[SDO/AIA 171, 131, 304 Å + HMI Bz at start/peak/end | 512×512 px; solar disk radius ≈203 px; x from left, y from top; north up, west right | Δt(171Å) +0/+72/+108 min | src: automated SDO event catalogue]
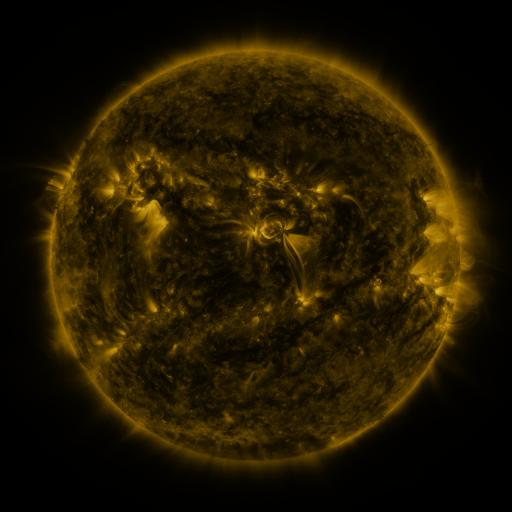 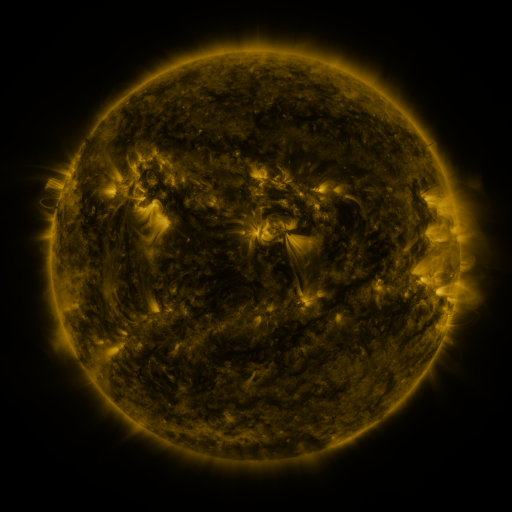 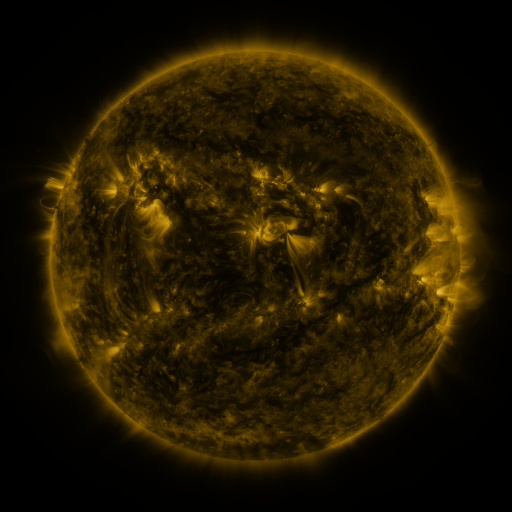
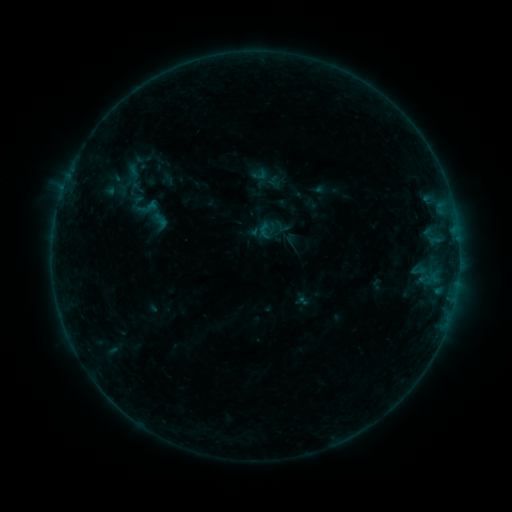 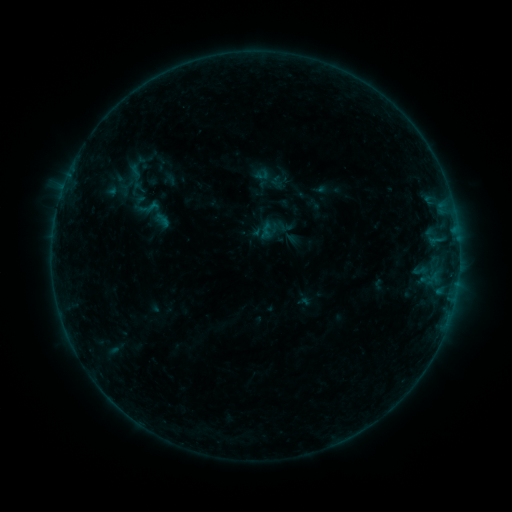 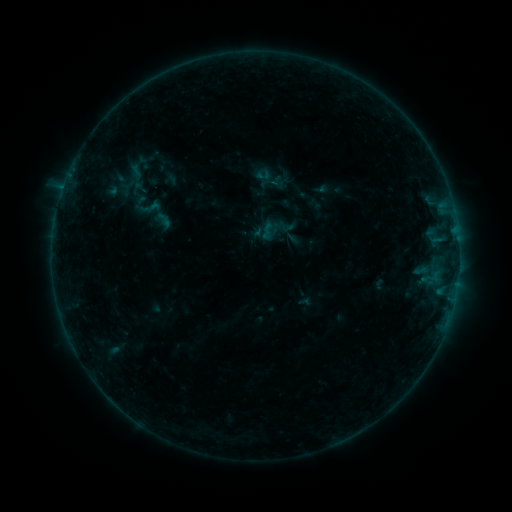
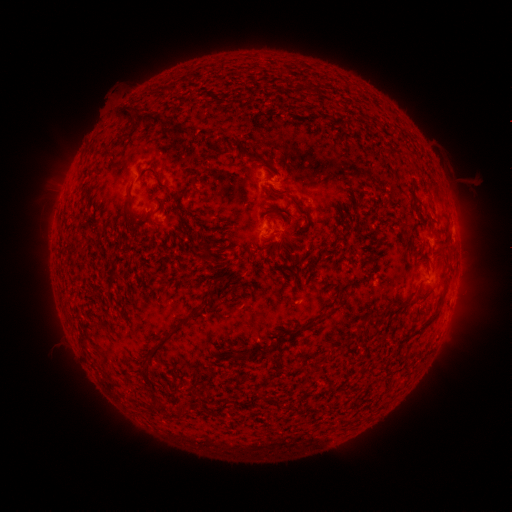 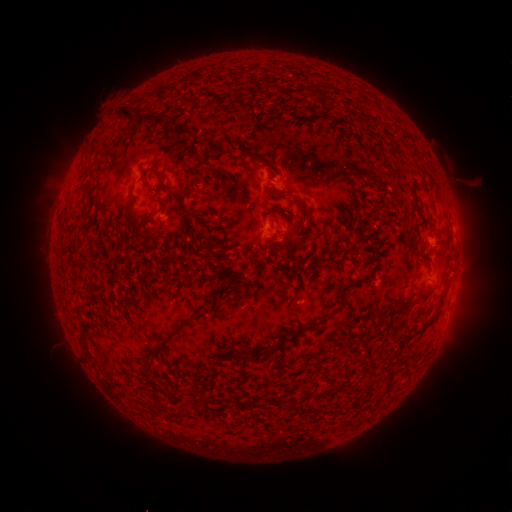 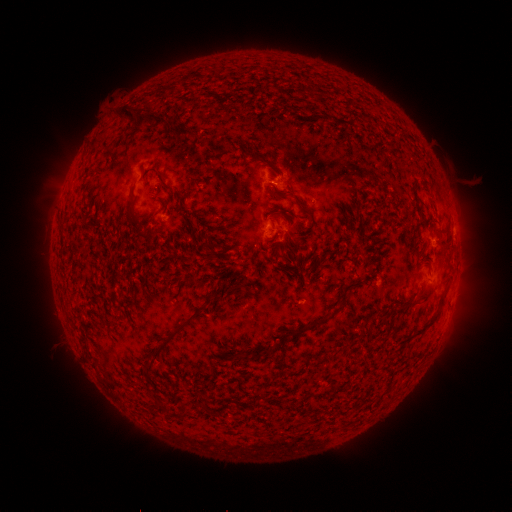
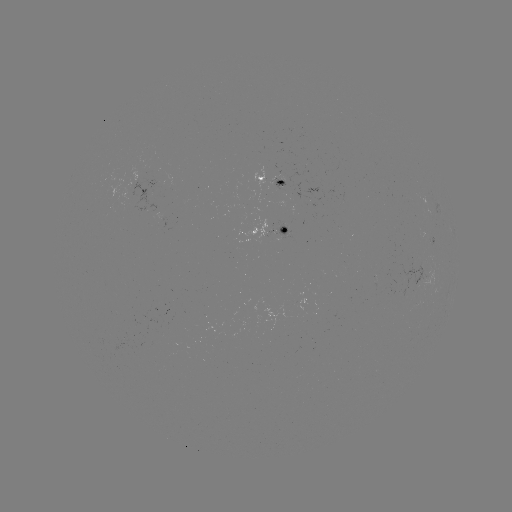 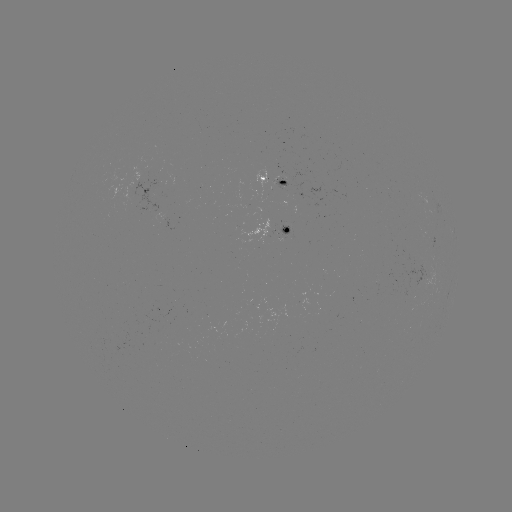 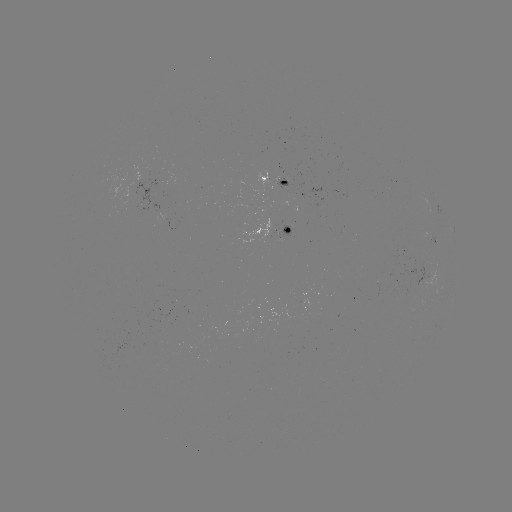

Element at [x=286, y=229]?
emerging-flux region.